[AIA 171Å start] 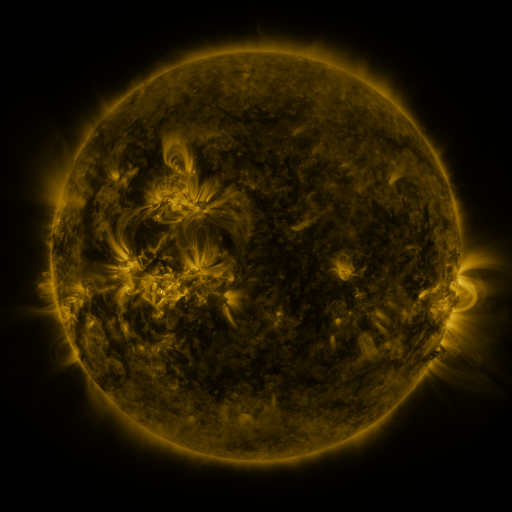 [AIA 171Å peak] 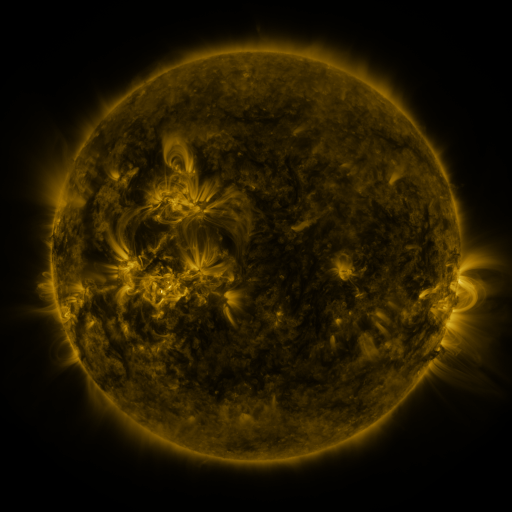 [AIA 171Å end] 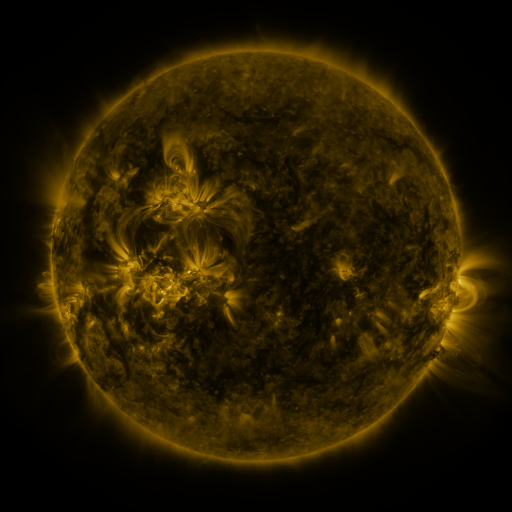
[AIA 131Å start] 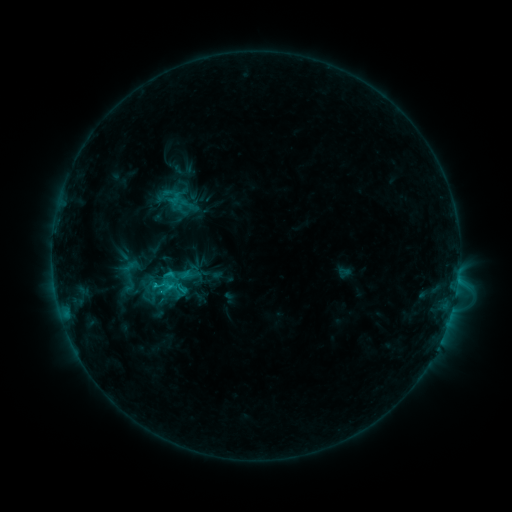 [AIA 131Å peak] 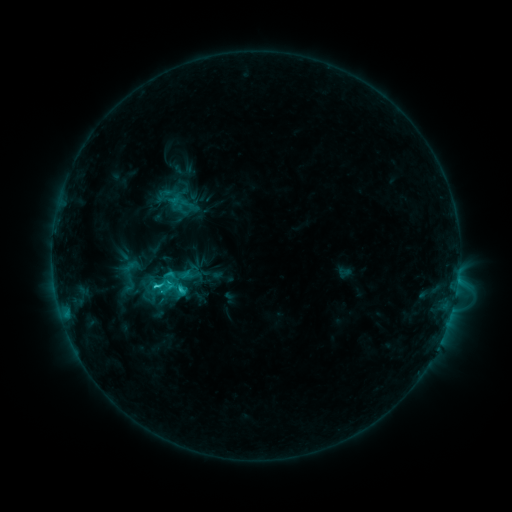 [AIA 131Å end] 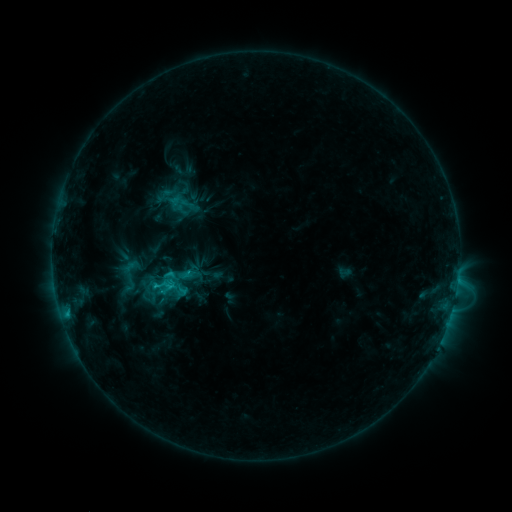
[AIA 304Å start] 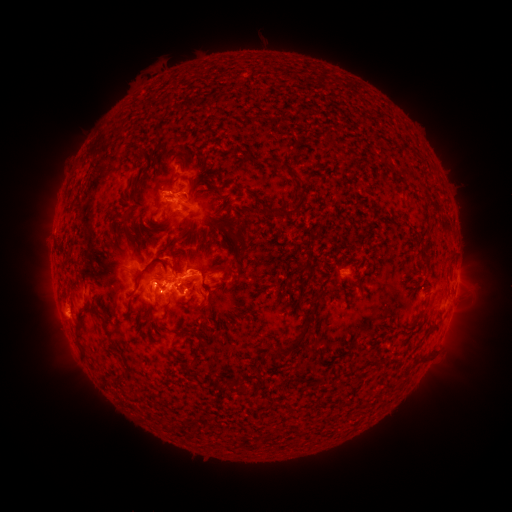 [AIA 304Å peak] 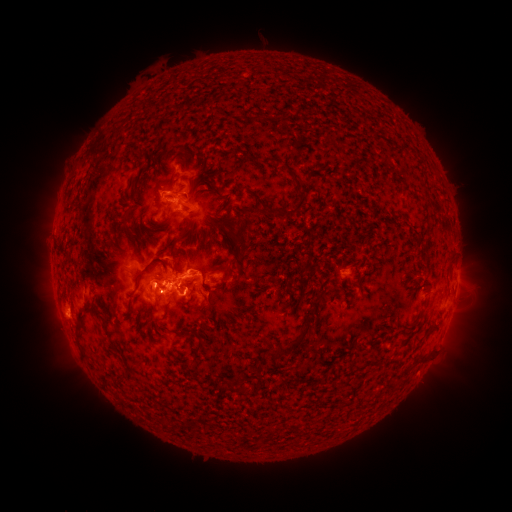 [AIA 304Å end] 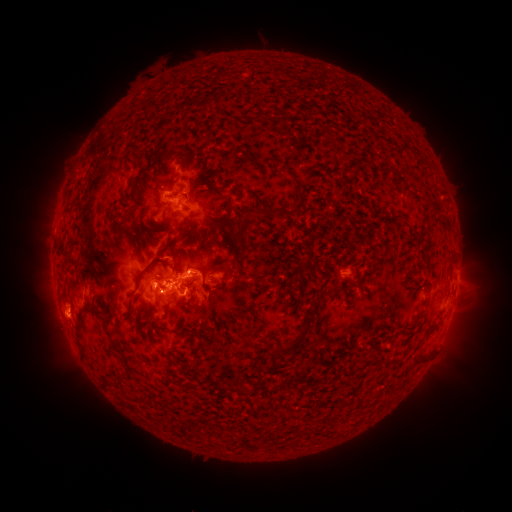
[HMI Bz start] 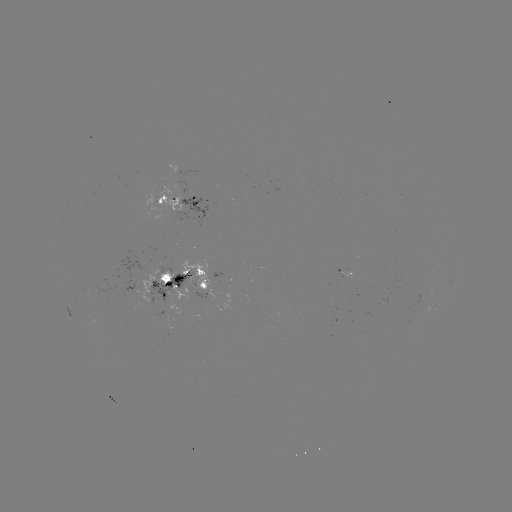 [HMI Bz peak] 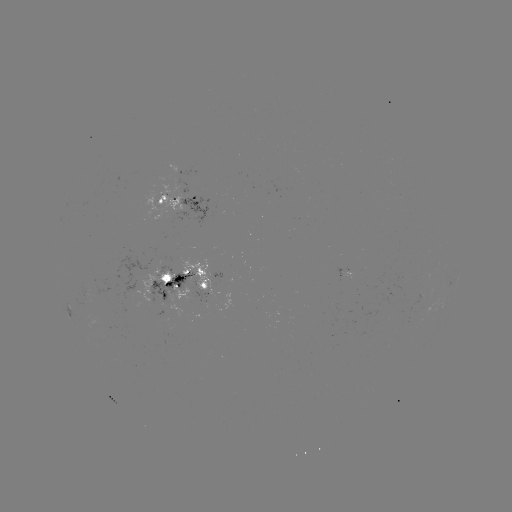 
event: flare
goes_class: C3.6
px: (156, 283)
